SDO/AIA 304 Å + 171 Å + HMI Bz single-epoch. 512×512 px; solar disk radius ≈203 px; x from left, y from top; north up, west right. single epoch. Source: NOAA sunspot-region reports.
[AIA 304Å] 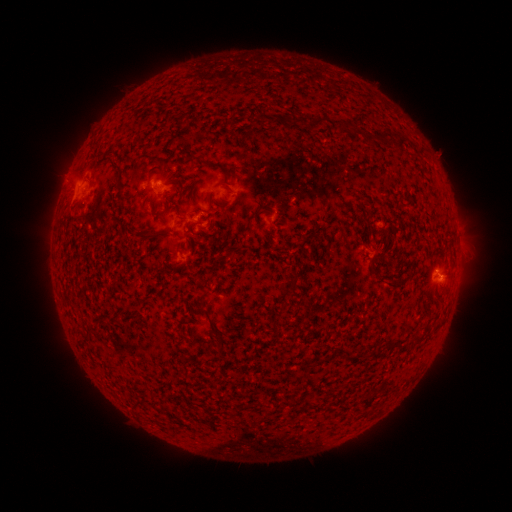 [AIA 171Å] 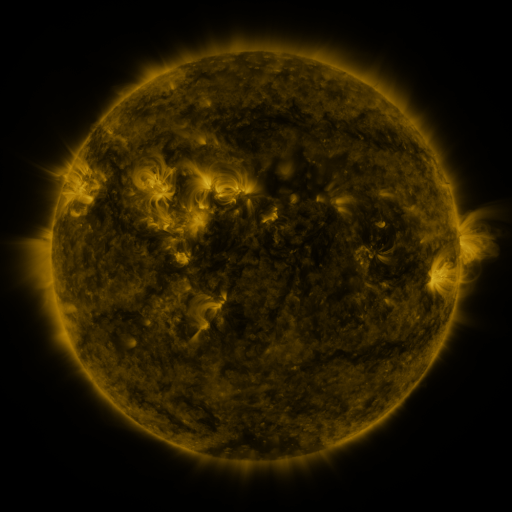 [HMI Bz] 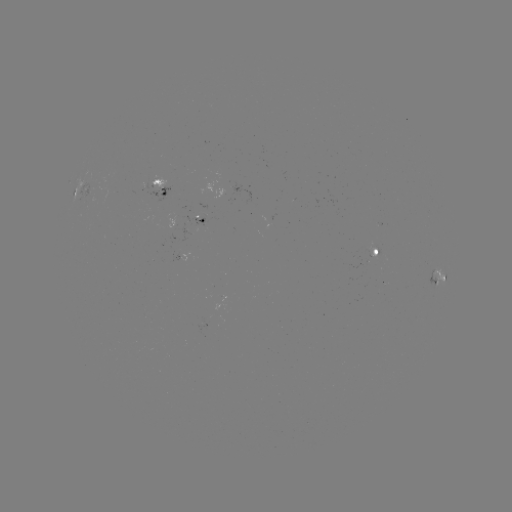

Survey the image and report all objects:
spotted active region: (163, 186)
spotted active region: (78, 190)
spotted active region: (200, 216)
spotted active region: (378, 250)
spotted active region: (179, 255)
spotted active region: (439, 274)
